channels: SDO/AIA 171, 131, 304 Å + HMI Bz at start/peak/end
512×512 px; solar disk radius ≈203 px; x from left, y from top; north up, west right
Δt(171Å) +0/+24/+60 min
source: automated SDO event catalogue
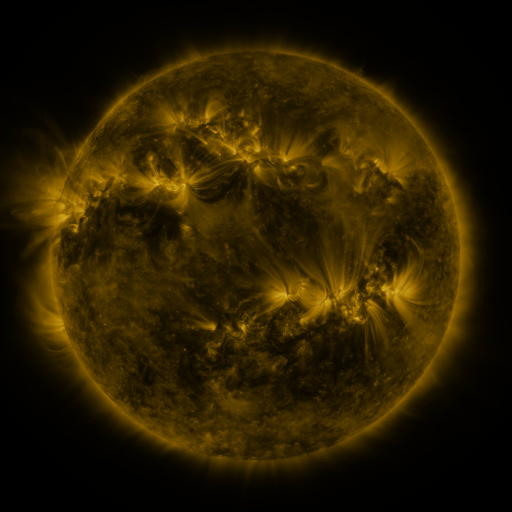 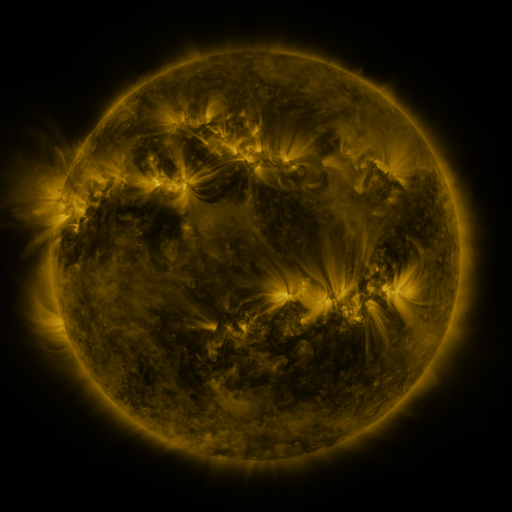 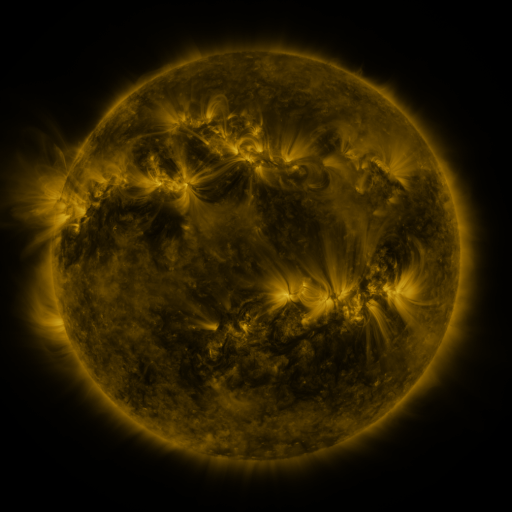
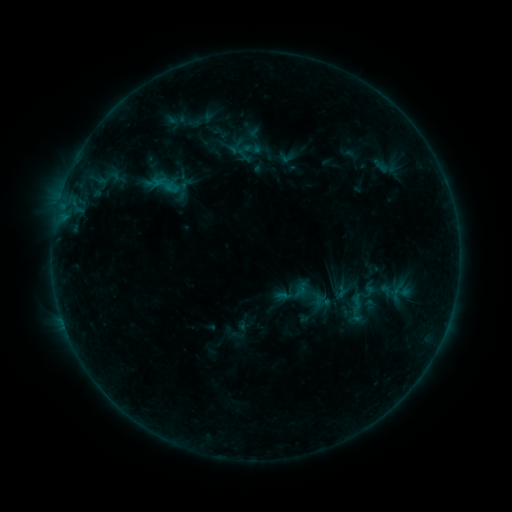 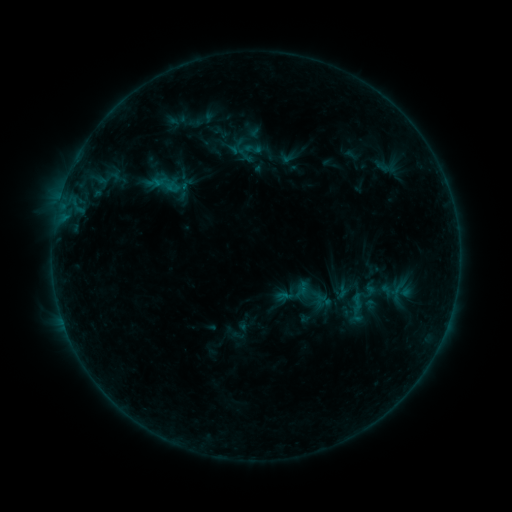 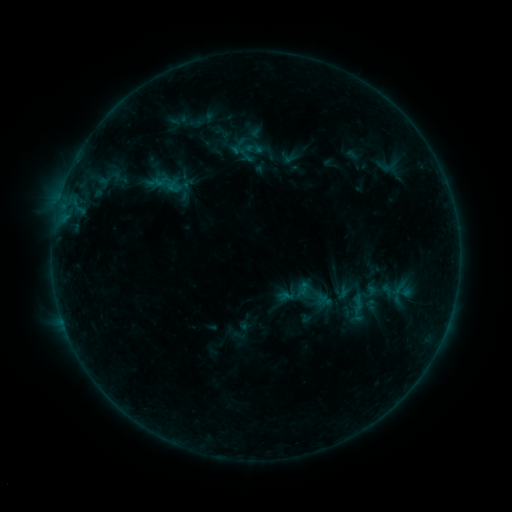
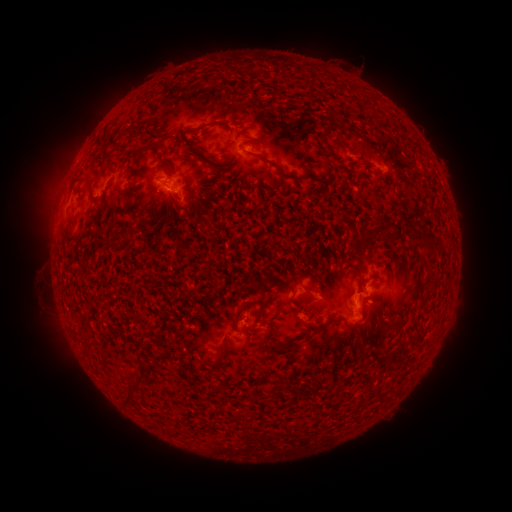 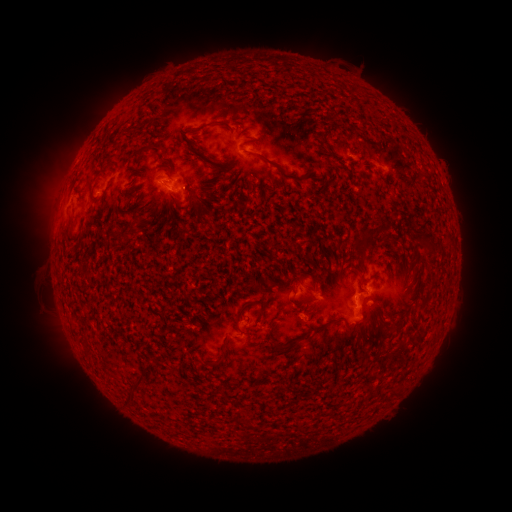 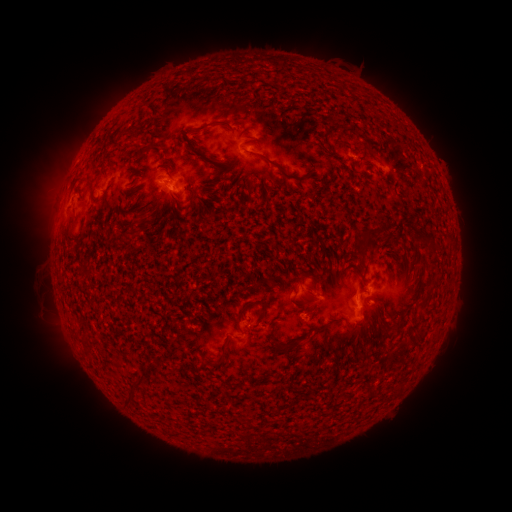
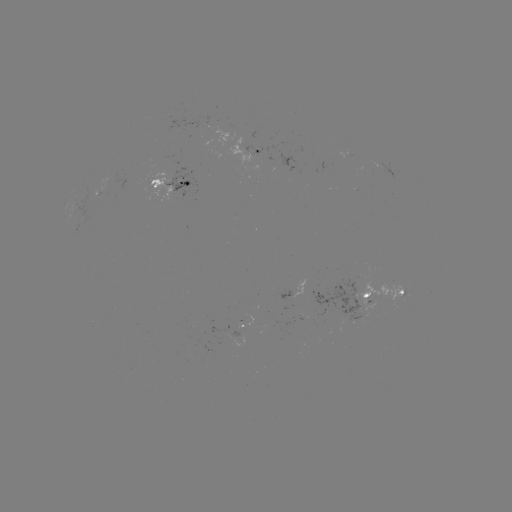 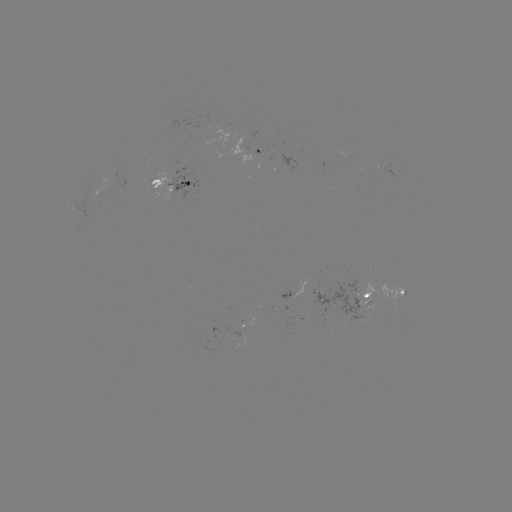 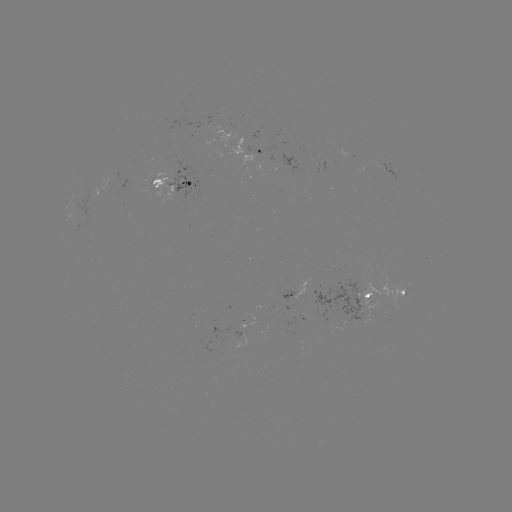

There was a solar emerging-flux region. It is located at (290, 296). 